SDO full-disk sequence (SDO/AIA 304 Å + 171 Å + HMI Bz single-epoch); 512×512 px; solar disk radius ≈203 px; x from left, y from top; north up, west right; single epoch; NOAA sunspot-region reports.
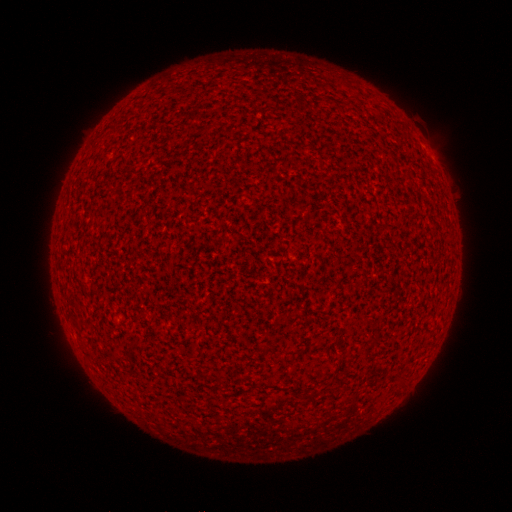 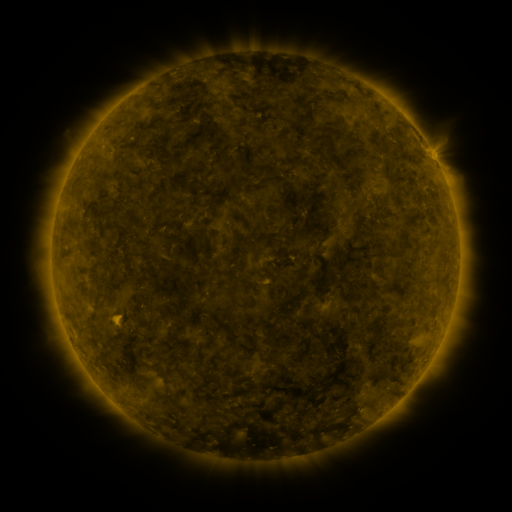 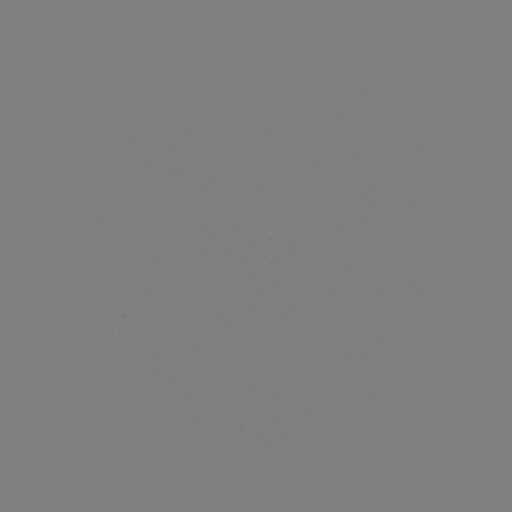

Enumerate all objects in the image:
(none)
